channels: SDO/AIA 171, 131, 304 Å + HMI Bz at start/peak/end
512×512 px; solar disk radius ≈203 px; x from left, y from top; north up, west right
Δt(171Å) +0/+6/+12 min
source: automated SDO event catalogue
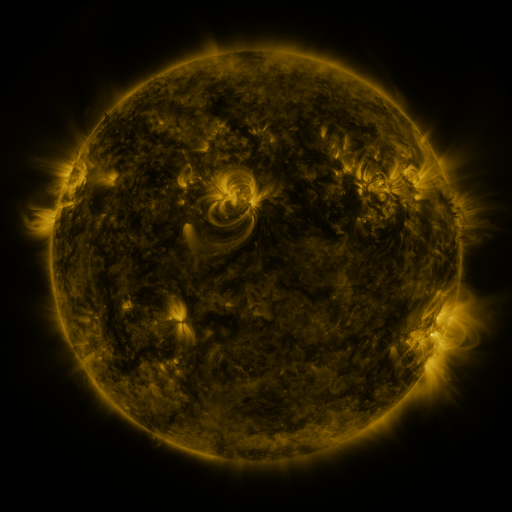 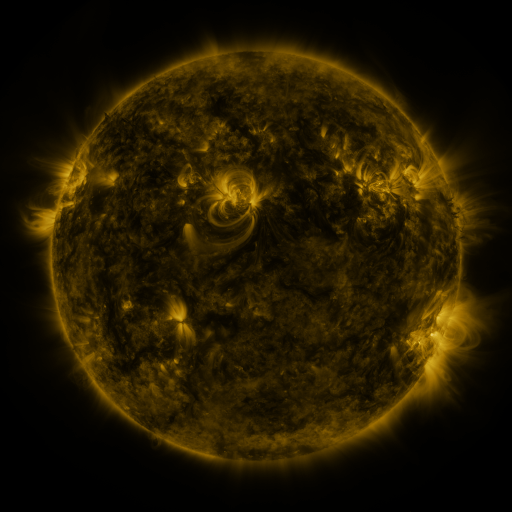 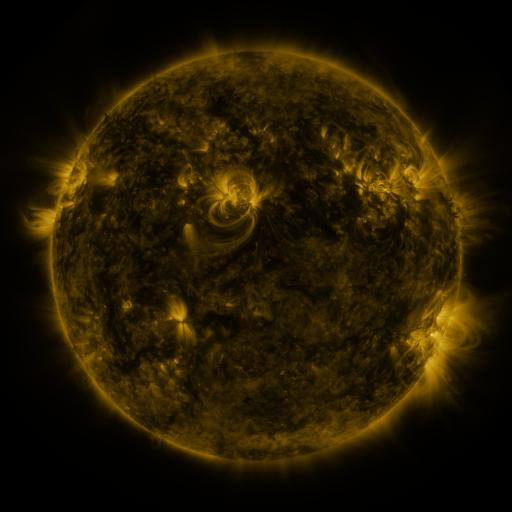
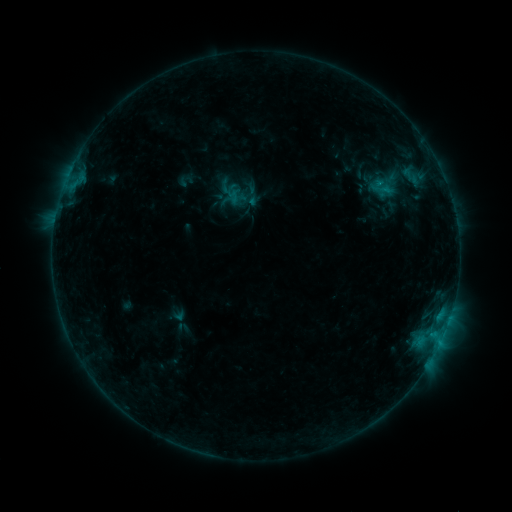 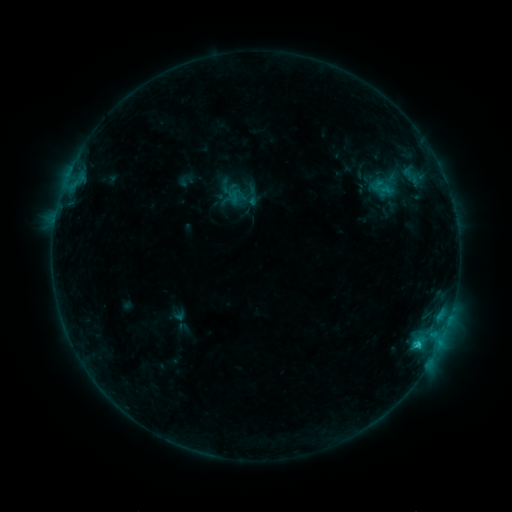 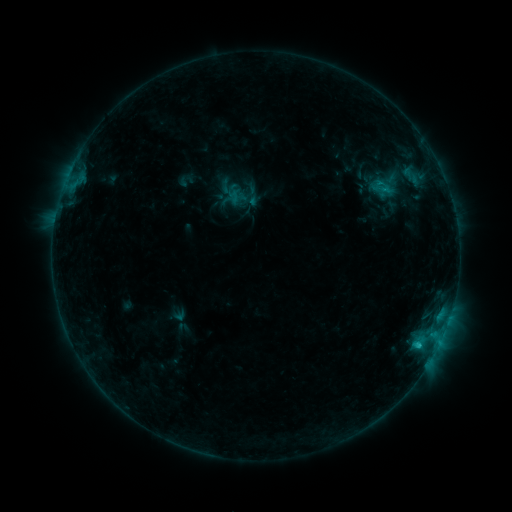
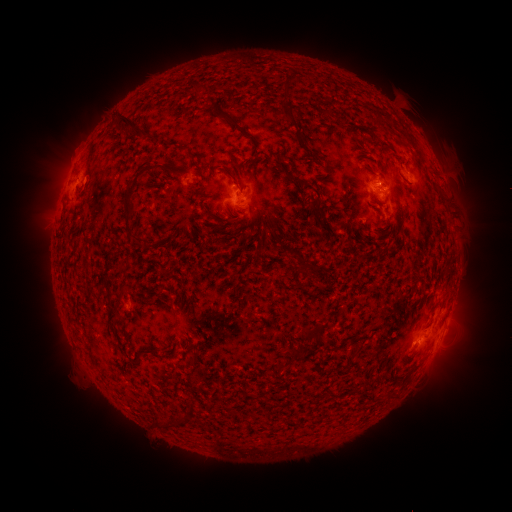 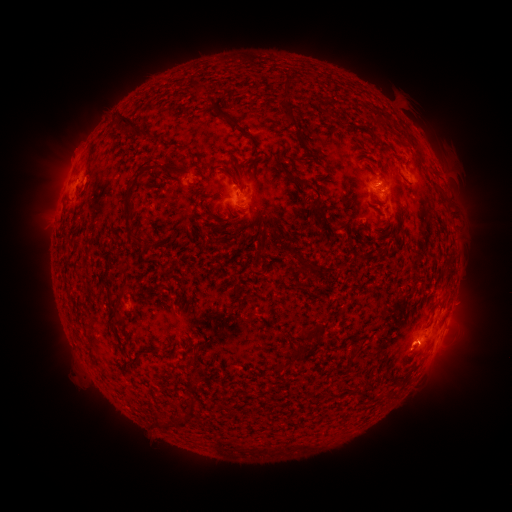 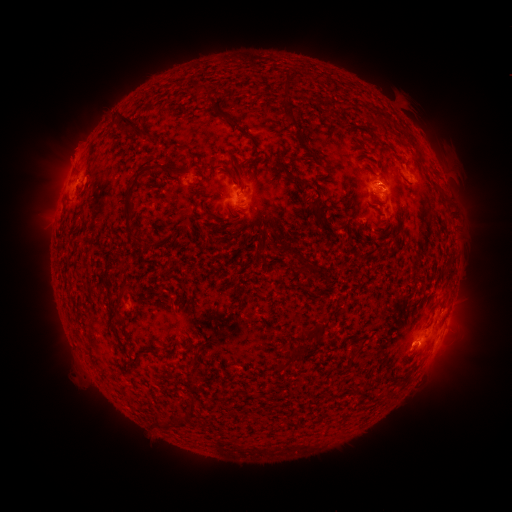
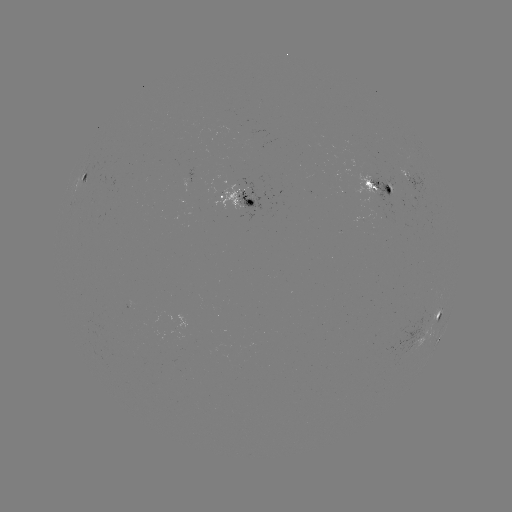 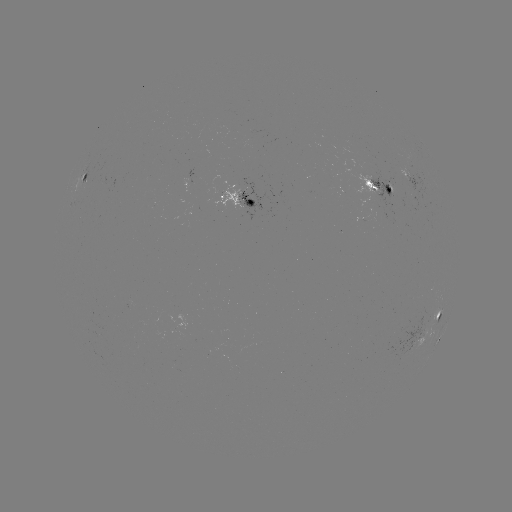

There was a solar flare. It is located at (419, 342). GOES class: C1.4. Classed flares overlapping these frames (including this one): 1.